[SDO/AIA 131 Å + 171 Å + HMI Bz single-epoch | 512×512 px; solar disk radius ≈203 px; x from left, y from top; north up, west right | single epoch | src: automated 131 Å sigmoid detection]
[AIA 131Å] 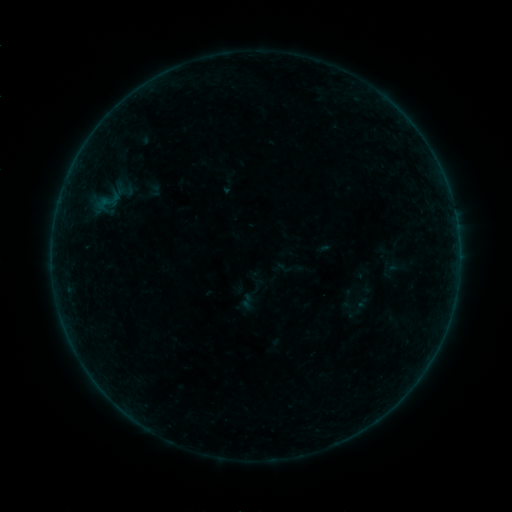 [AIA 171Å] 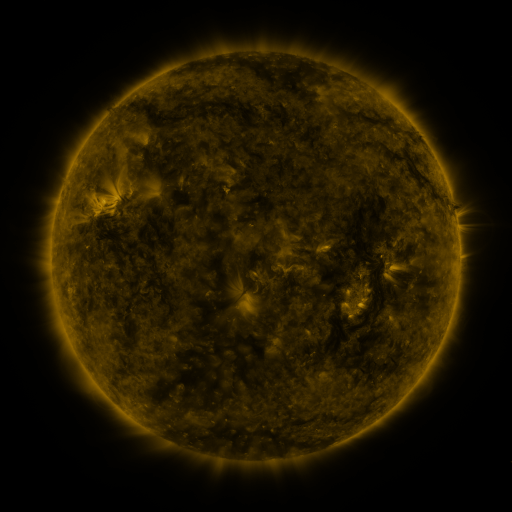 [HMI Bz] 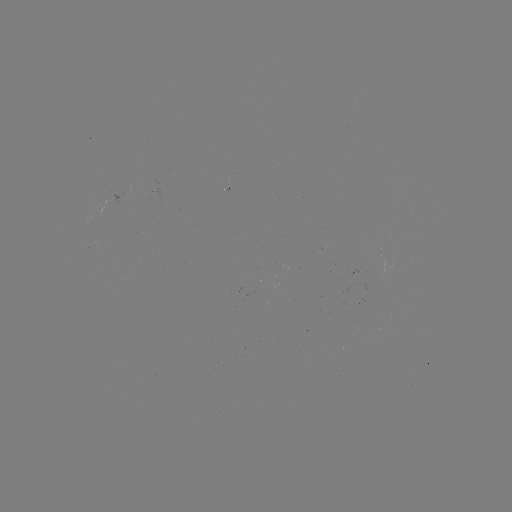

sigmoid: [275, 253, 303, 282]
